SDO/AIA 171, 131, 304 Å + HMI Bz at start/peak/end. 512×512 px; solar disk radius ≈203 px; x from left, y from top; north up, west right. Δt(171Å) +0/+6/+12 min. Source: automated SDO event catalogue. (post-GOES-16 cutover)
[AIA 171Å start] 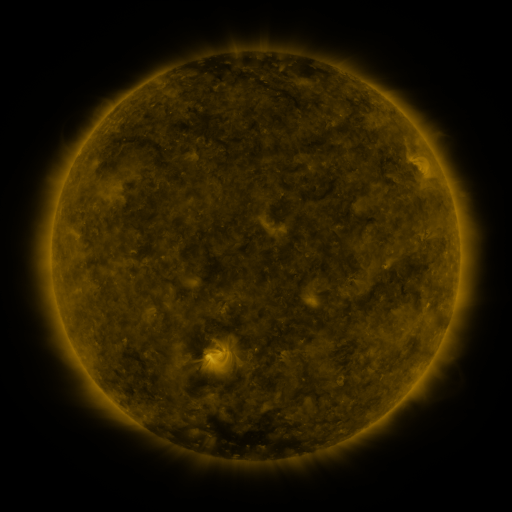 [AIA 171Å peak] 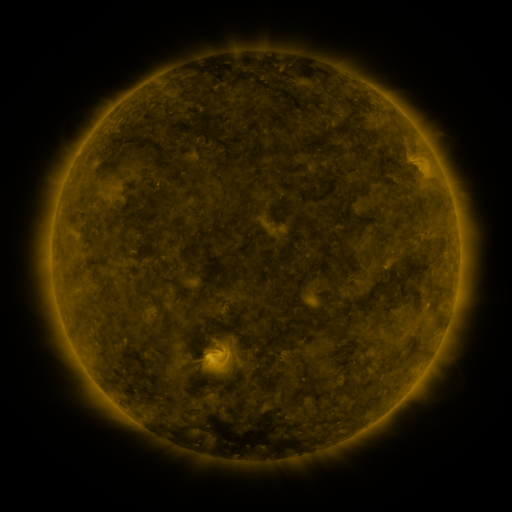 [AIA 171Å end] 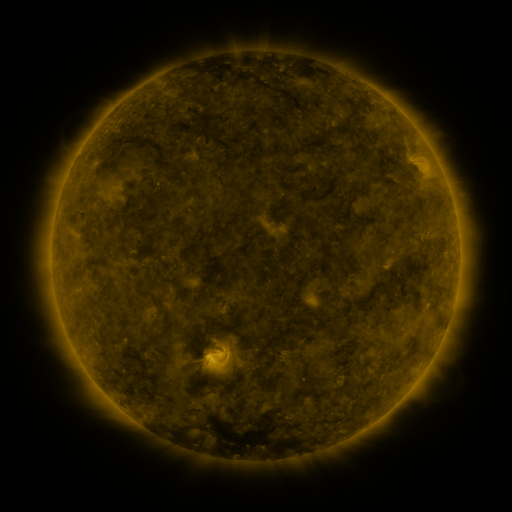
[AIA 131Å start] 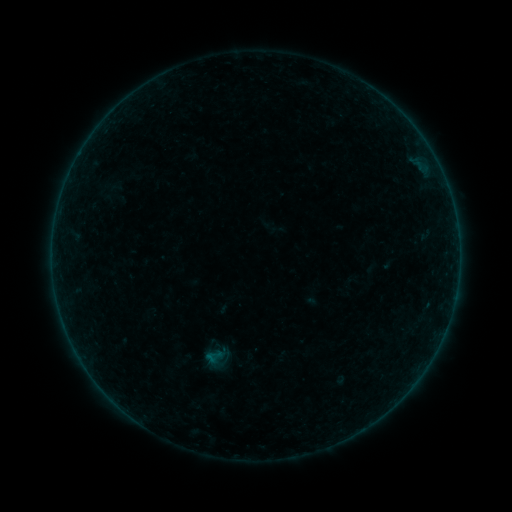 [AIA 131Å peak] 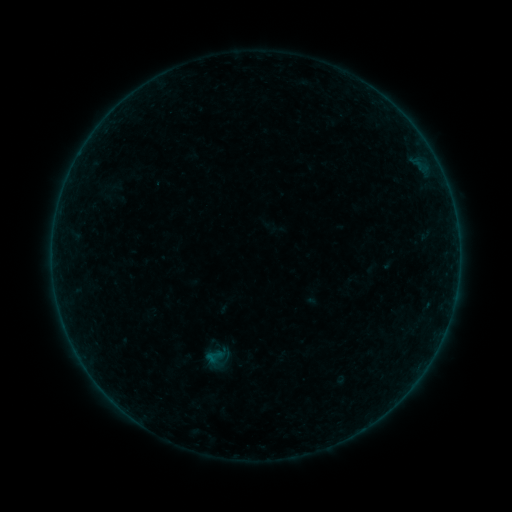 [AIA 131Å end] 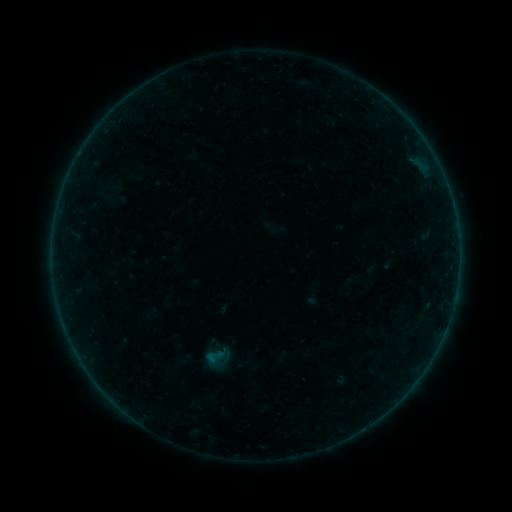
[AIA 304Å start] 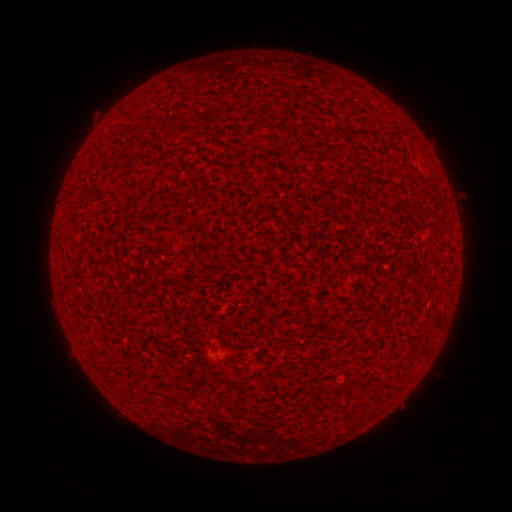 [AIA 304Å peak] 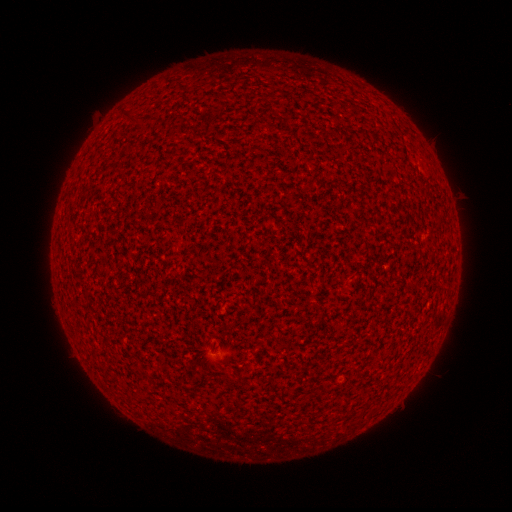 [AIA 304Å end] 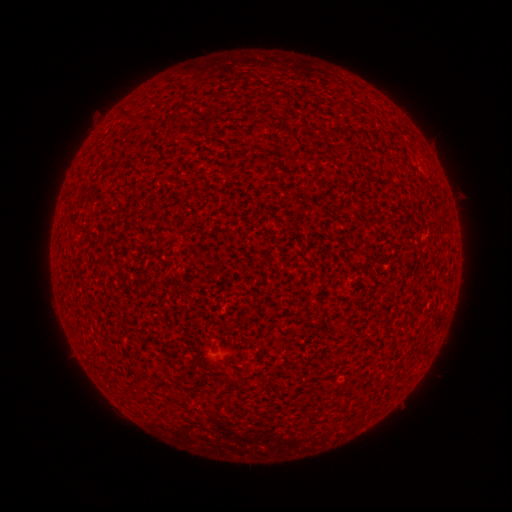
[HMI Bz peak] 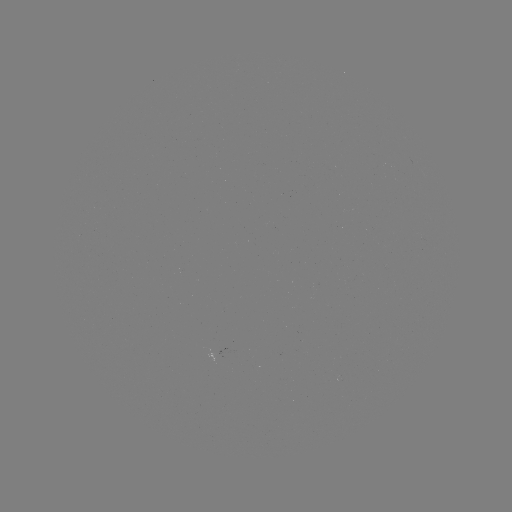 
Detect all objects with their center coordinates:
A1.1 flare: (228, 356)
